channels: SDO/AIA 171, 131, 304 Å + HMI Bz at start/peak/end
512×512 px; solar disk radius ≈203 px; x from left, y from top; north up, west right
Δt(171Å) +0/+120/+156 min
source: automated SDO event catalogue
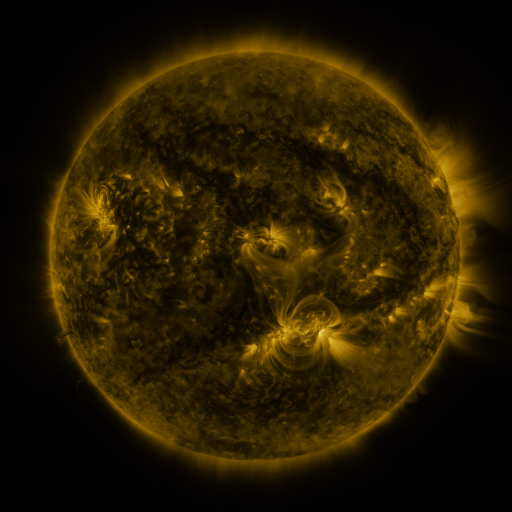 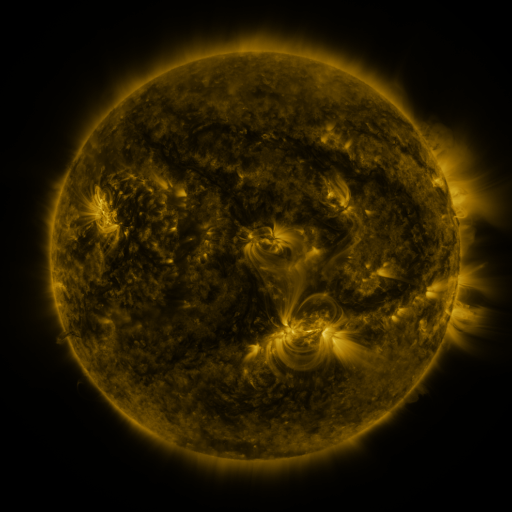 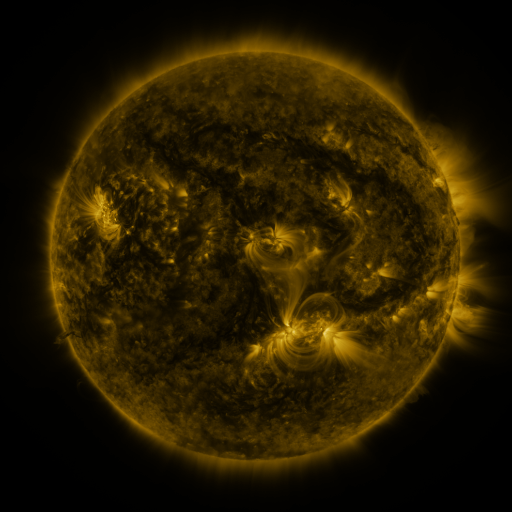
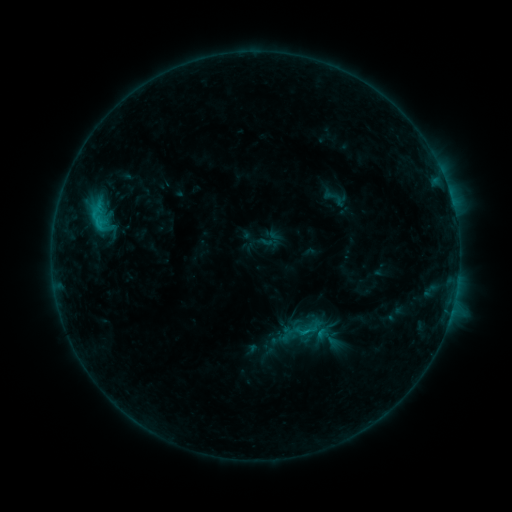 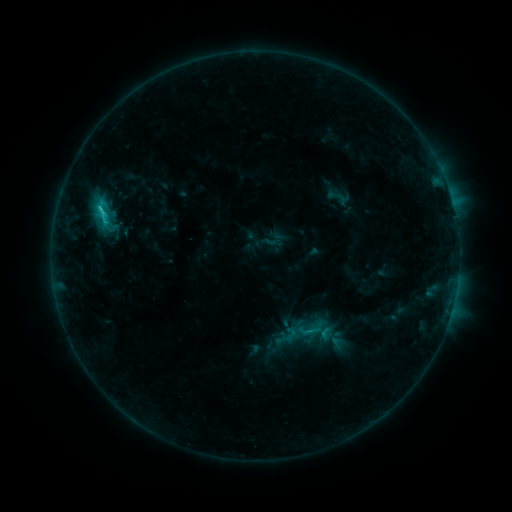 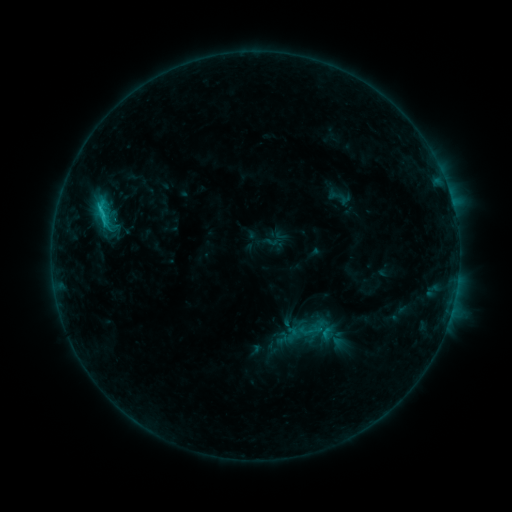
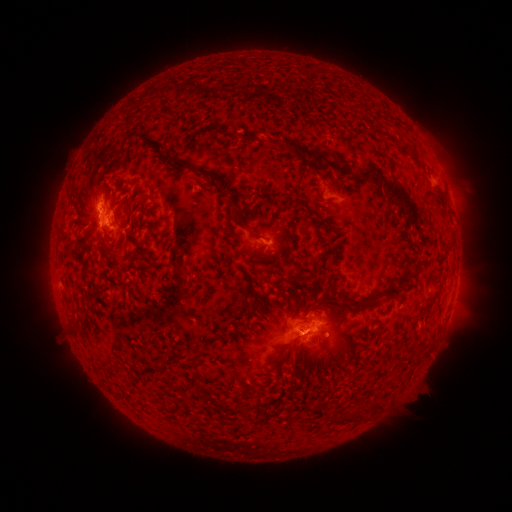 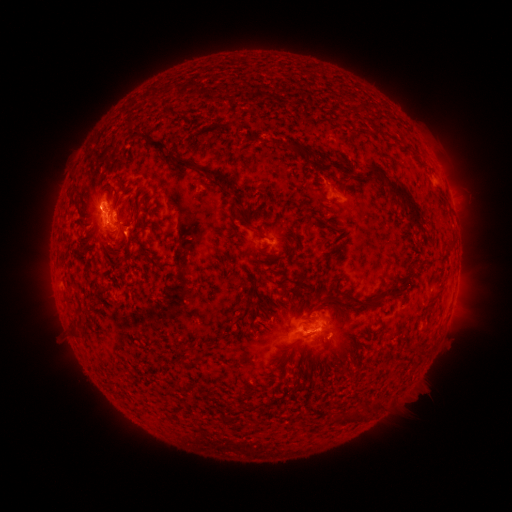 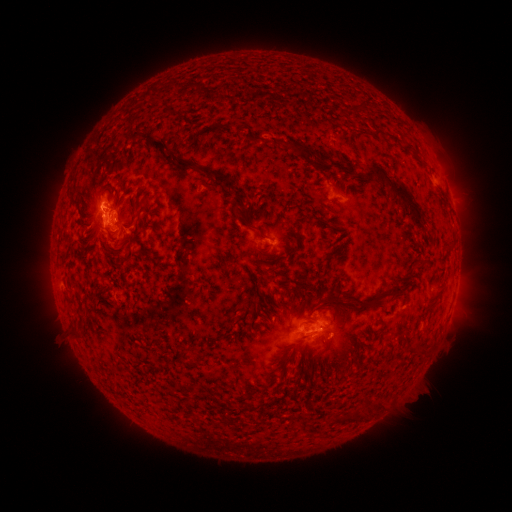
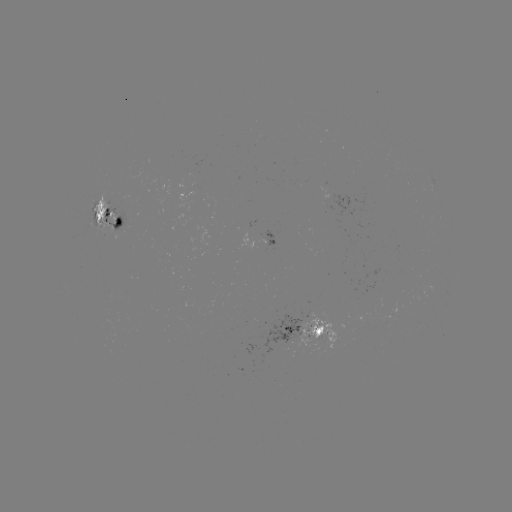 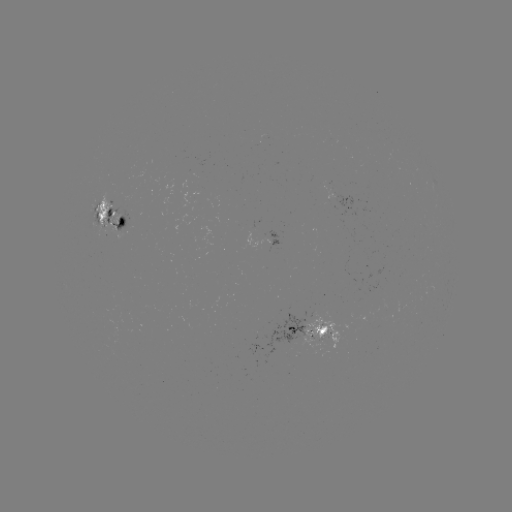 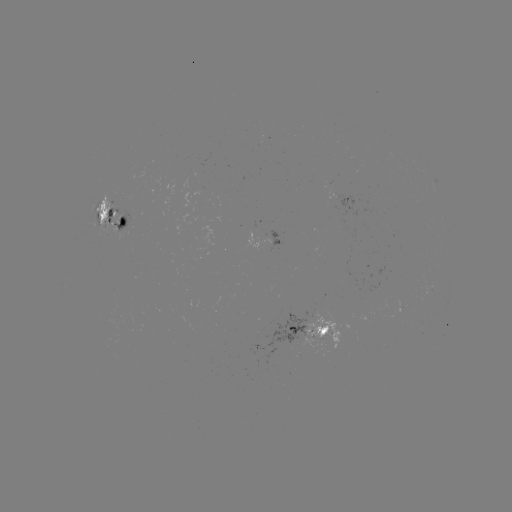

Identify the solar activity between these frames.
emerging-flux region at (97, 207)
